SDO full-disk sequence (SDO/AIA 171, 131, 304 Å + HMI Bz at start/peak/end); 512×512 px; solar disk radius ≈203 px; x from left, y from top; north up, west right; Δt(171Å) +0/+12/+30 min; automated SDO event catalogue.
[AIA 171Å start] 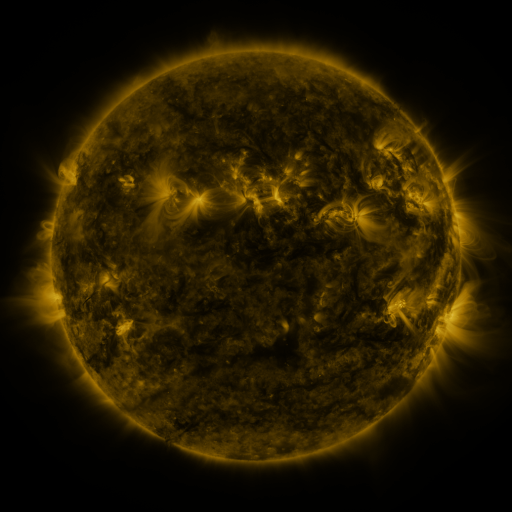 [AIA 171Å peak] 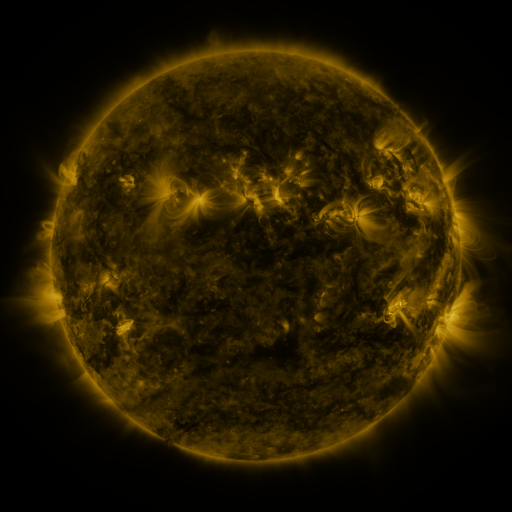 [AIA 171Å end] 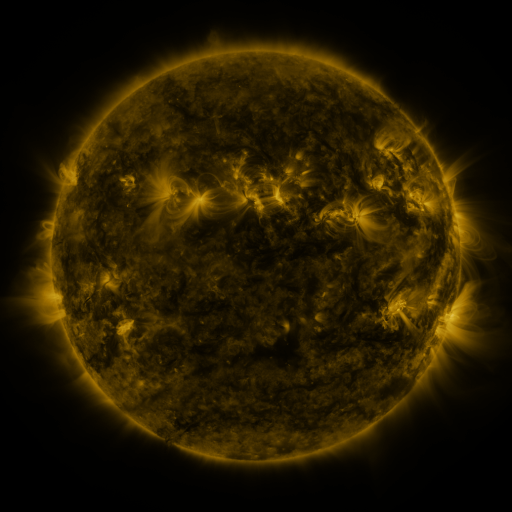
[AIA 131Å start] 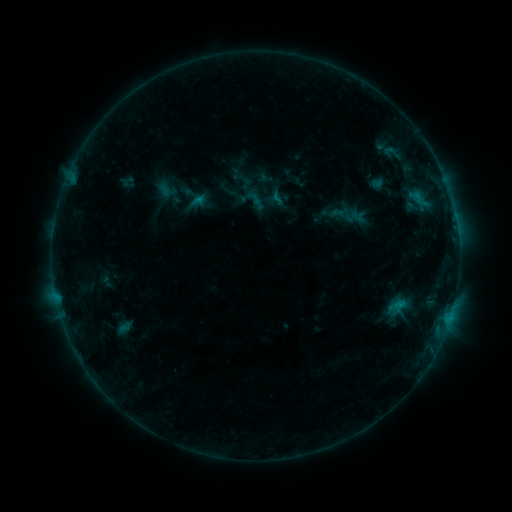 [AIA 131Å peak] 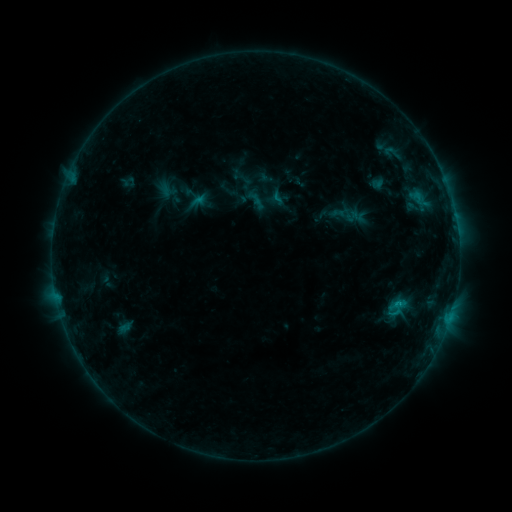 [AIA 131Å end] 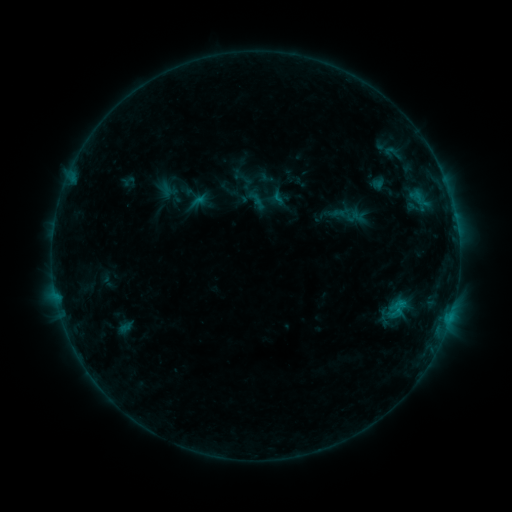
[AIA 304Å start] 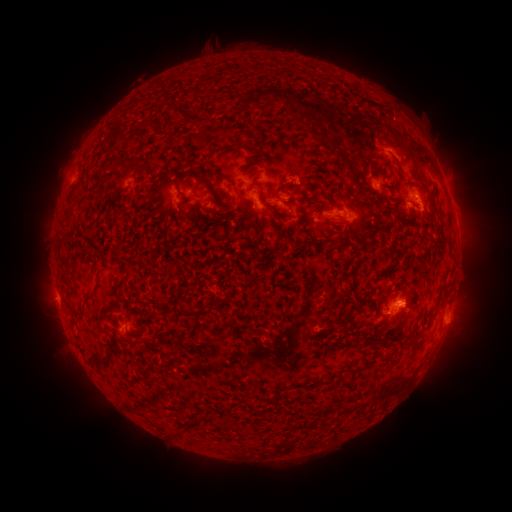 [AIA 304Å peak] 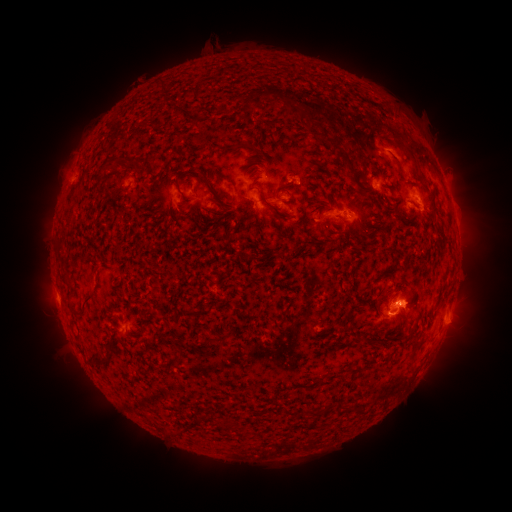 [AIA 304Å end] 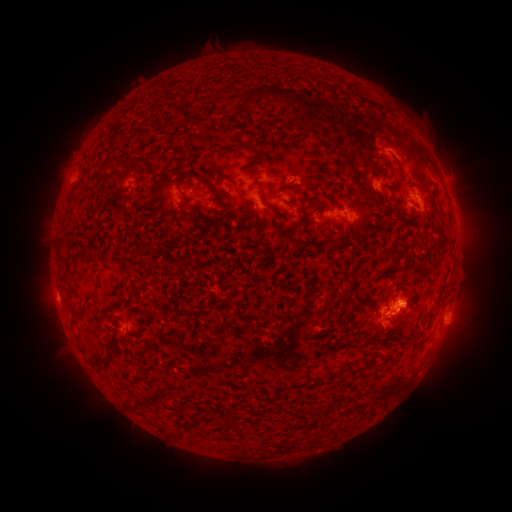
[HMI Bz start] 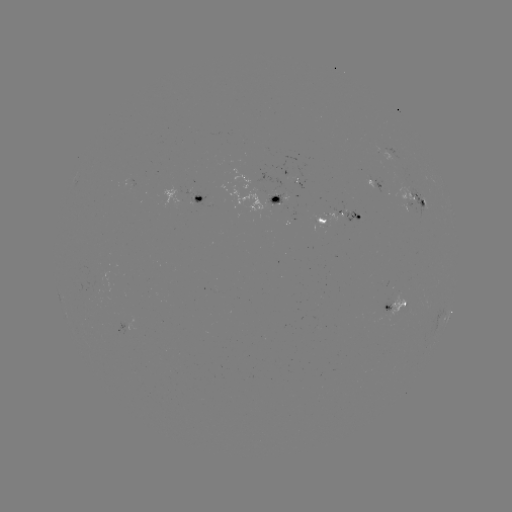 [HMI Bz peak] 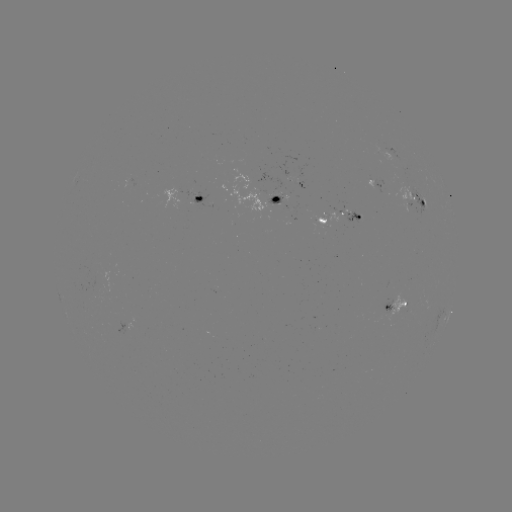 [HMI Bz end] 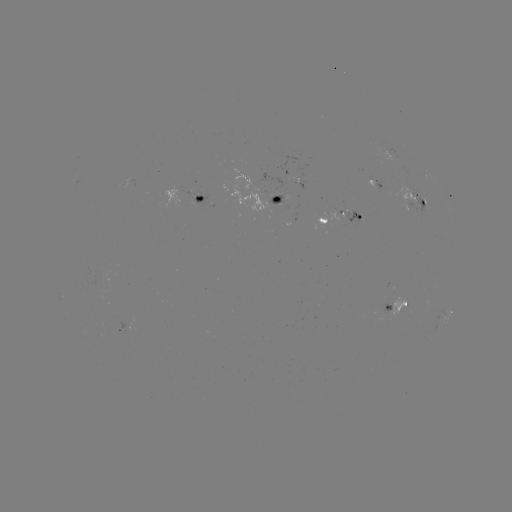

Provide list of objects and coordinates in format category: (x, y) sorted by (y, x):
eruption: (393, 317)
